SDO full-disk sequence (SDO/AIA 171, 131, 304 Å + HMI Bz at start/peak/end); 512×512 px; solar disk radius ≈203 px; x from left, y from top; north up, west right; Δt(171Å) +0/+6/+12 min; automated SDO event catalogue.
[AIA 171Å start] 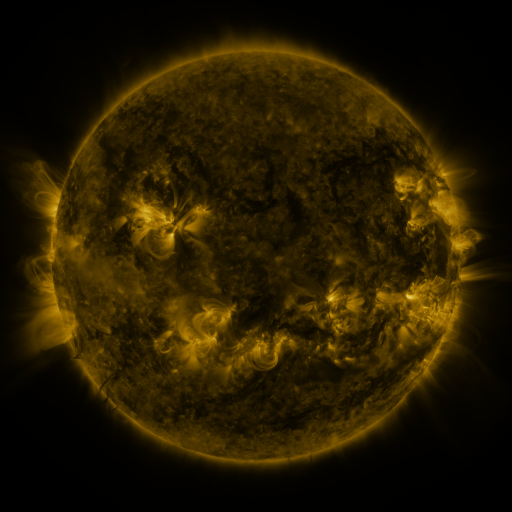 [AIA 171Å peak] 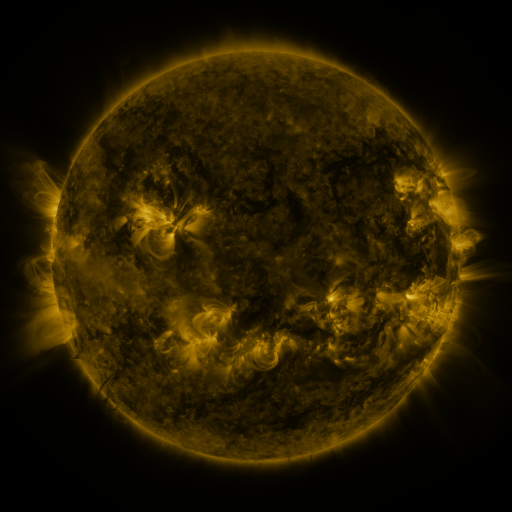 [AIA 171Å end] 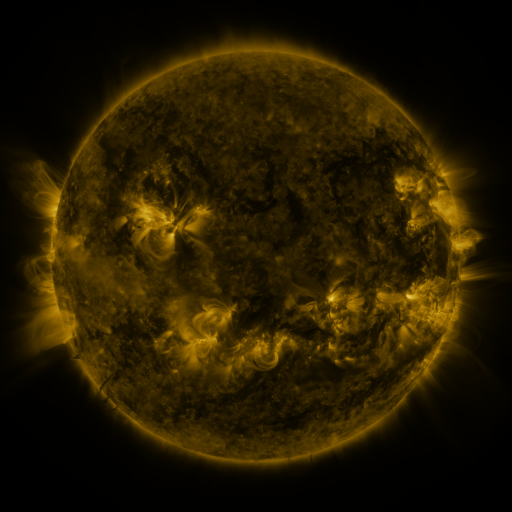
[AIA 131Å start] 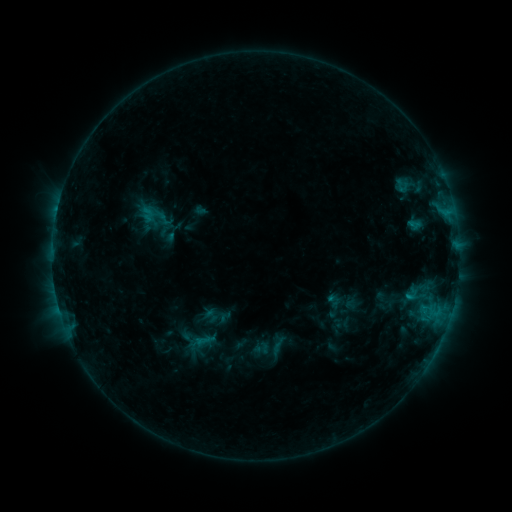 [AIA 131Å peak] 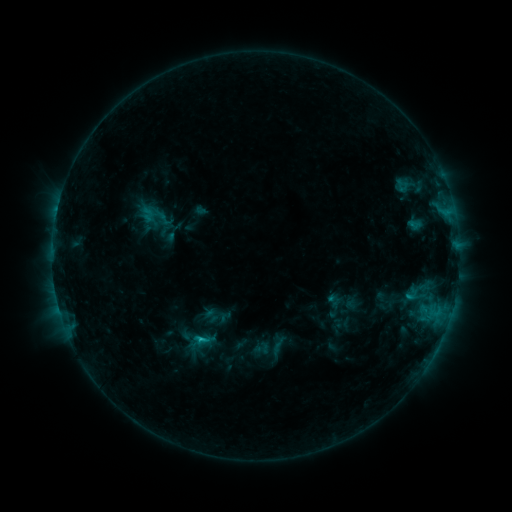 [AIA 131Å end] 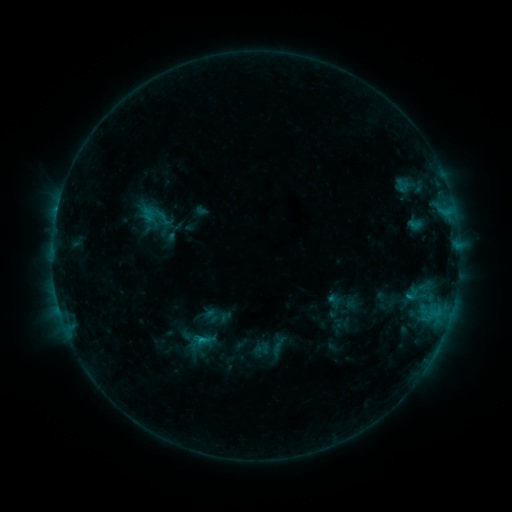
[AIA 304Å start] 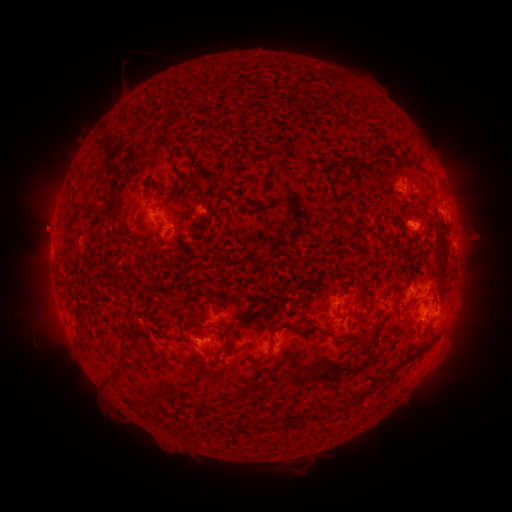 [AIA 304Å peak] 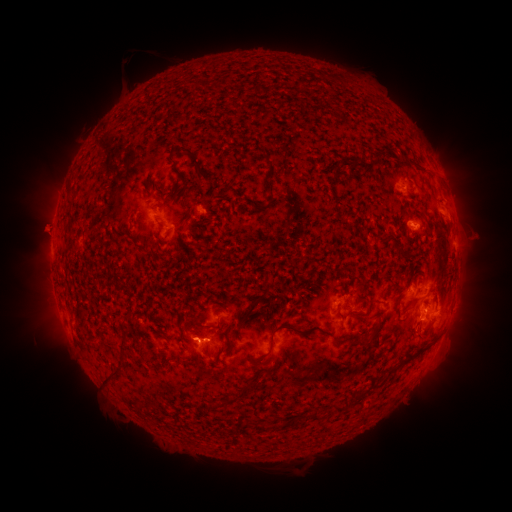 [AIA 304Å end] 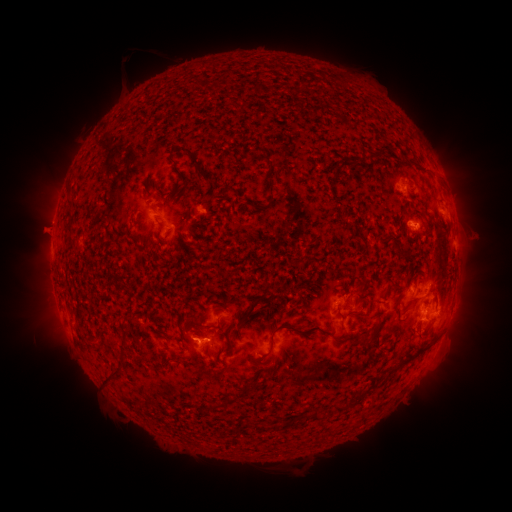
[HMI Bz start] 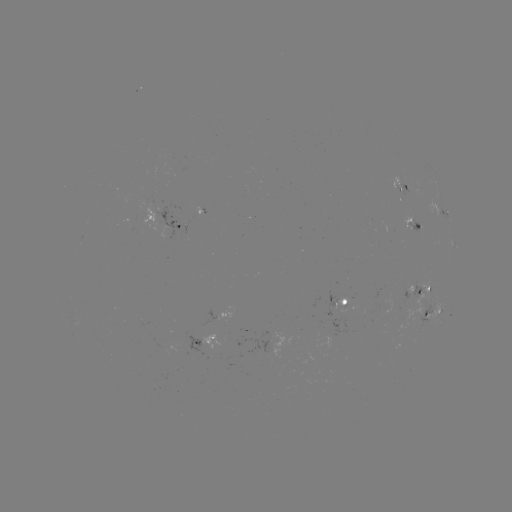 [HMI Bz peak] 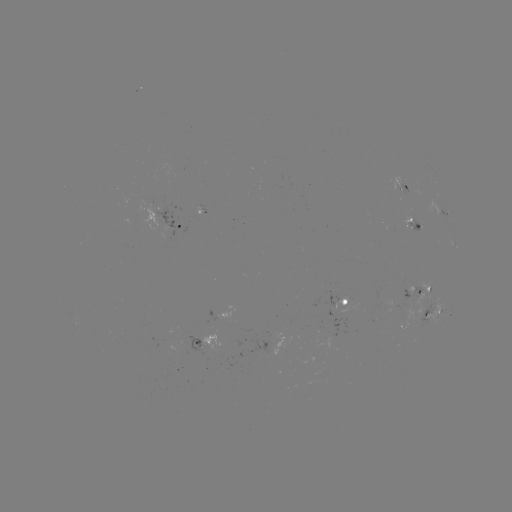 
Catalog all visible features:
C1.1 flare: (202, 337)
